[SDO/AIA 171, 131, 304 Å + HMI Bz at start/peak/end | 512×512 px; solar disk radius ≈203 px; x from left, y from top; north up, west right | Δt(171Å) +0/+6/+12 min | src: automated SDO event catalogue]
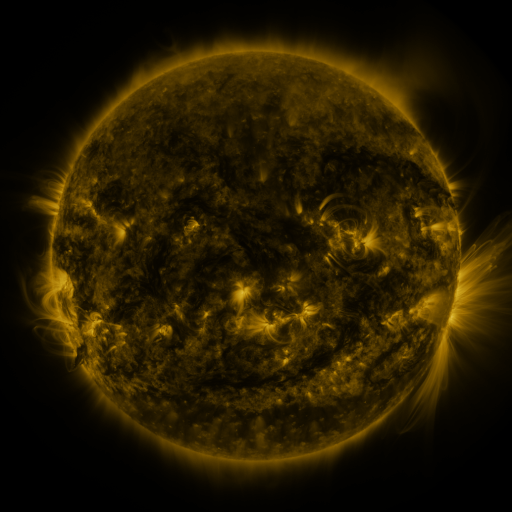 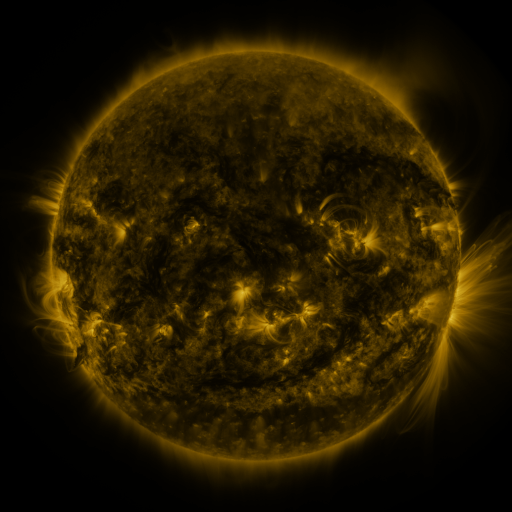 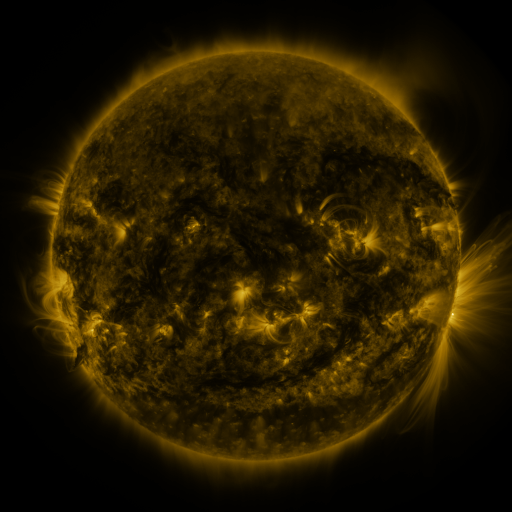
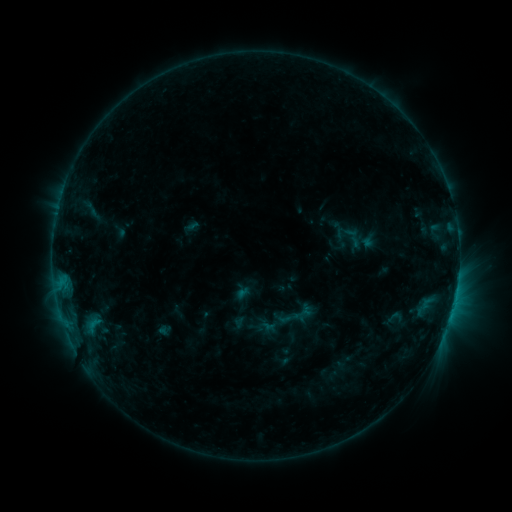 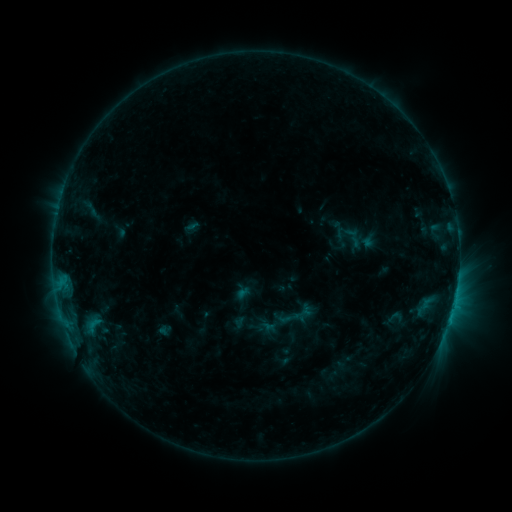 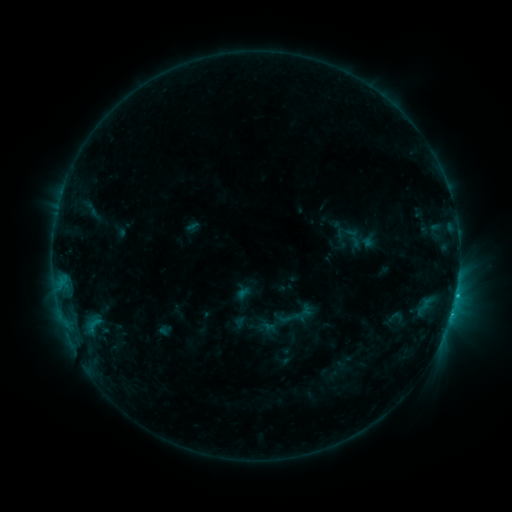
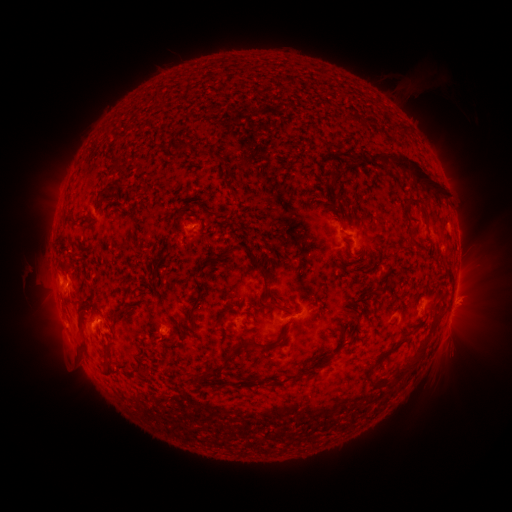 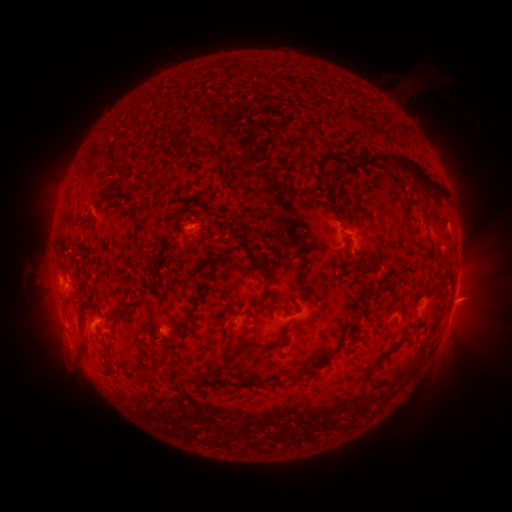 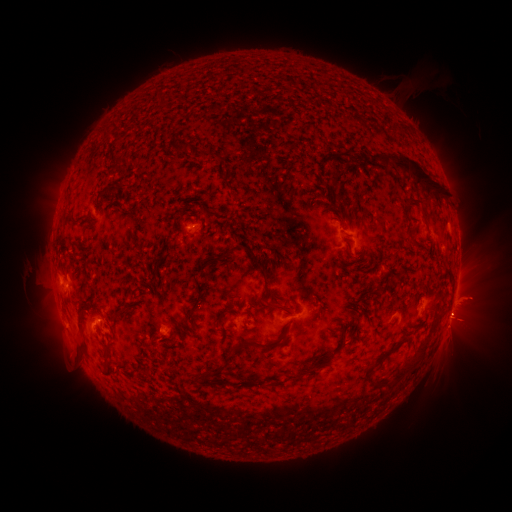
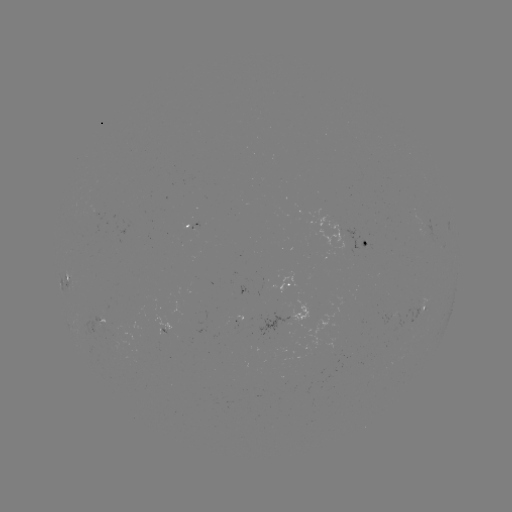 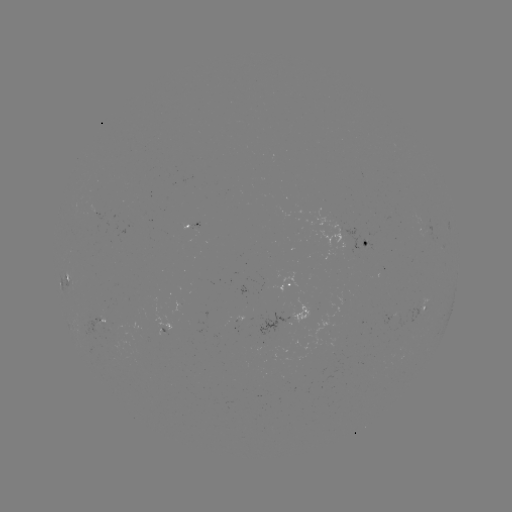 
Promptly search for eruption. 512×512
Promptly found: [468, 301].